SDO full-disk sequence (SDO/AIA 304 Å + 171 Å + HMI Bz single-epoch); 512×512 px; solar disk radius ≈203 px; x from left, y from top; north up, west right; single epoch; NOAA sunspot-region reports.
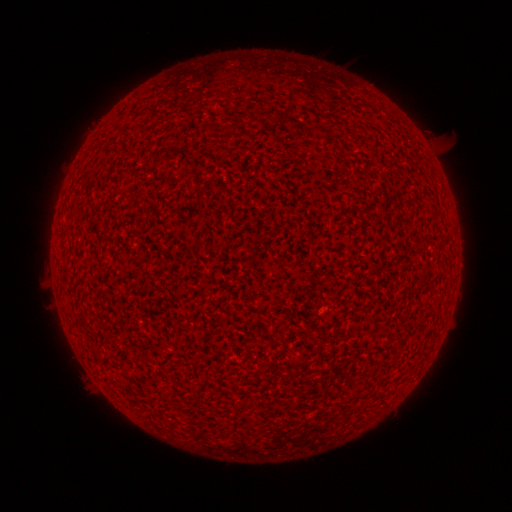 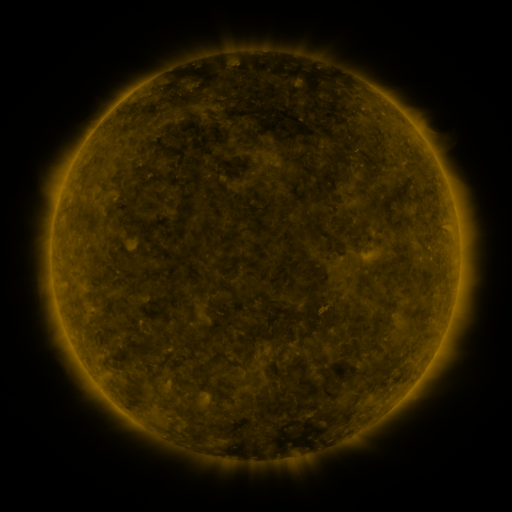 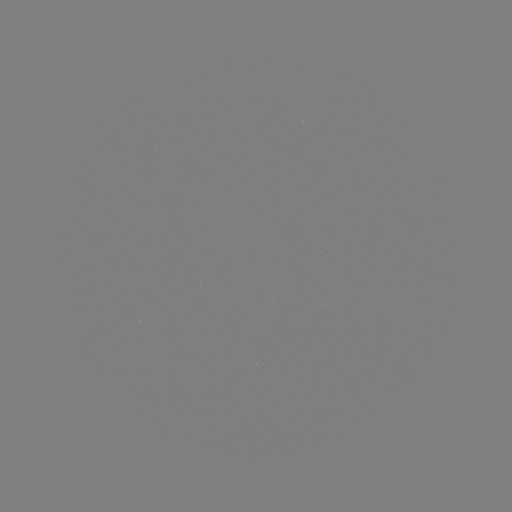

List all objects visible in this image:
(none)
